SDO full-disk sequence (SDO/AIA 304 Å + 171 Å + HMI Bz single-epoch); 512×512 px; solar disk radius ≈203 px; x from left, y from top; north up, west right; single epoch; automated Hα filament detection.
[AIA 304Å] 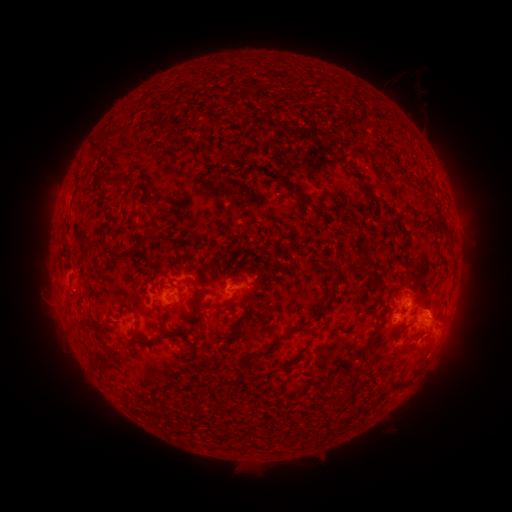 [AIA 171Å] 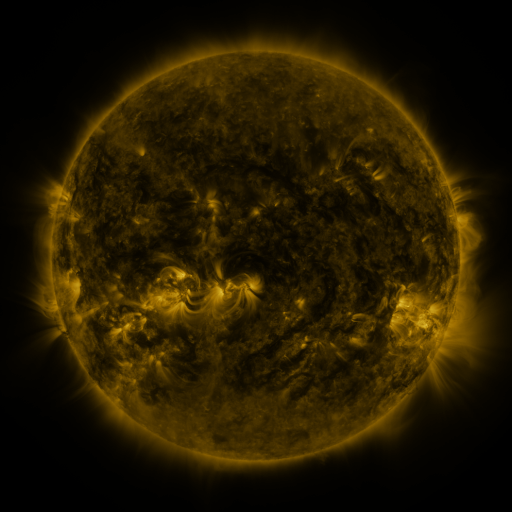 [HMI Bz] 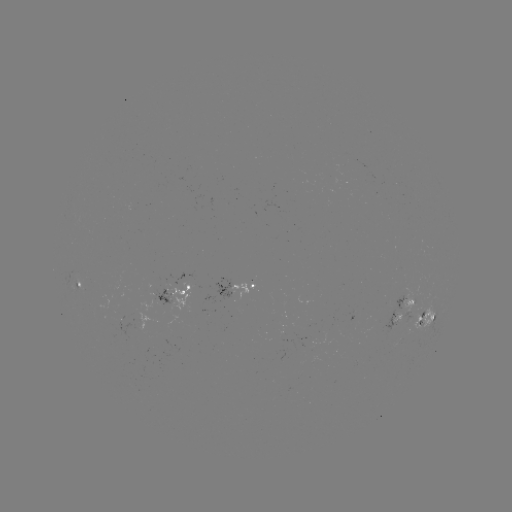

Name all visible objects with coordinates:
filament: (91, 141, 103, 150)
filament: (108, 174, 133, 185)
filament: (415, 179, 428, 189)
filament: (292, 191, 322, 211)
filament: (145, 201, 155, 213)
filament: (421, 218, 433, 228)
filament: (431, 222, 449, 237)
filament: (130, 241, 141, 251)
filament: (102, 244, 118, 256)
filament: (357, 244, 369, 270)
filament: (330, 265, 340, 280)
filament: (148, 275, 157, 289)
filament: (189, 278, 203, 303)
filament: (362, 309, 372, 317)
filament: (314, 310, 323, 319)
filament: (195, 313, 202, 324)
filament: (230, 323, 242, 337)
filament: (238, 327, 305, 367)
filament: (142, 331, 171, 345)
filament: (305, 338, 313, 347)
filament: (362, 340, 372, 351)
filament: (388, 381, 405, 391)
